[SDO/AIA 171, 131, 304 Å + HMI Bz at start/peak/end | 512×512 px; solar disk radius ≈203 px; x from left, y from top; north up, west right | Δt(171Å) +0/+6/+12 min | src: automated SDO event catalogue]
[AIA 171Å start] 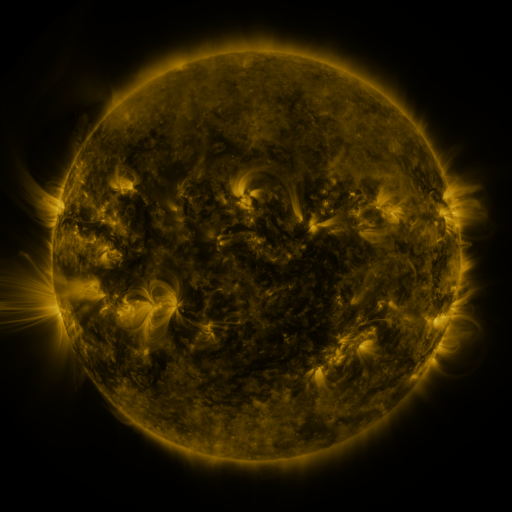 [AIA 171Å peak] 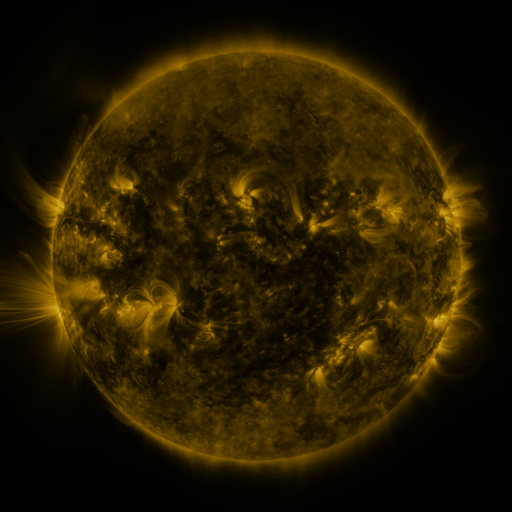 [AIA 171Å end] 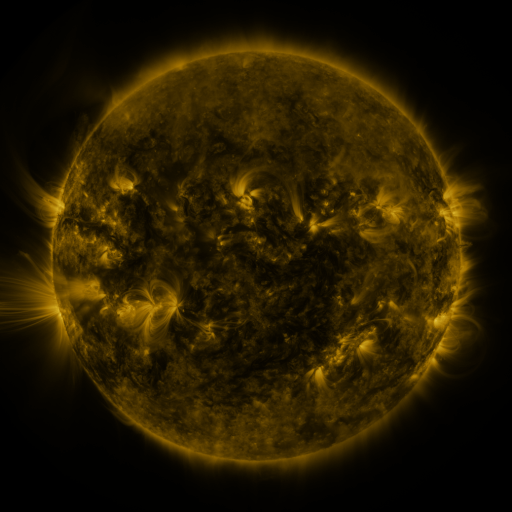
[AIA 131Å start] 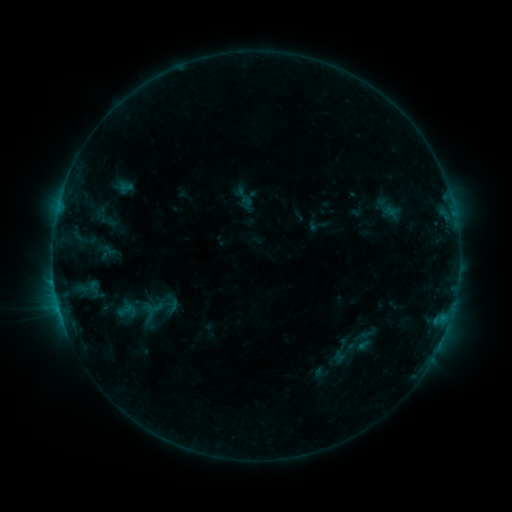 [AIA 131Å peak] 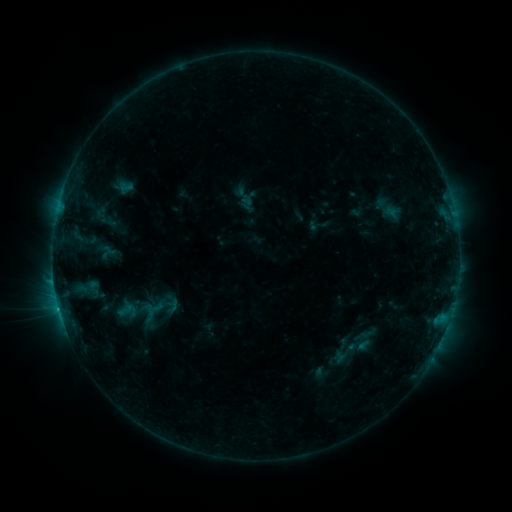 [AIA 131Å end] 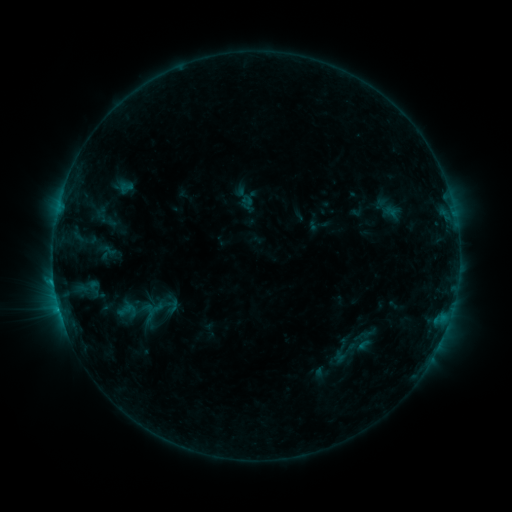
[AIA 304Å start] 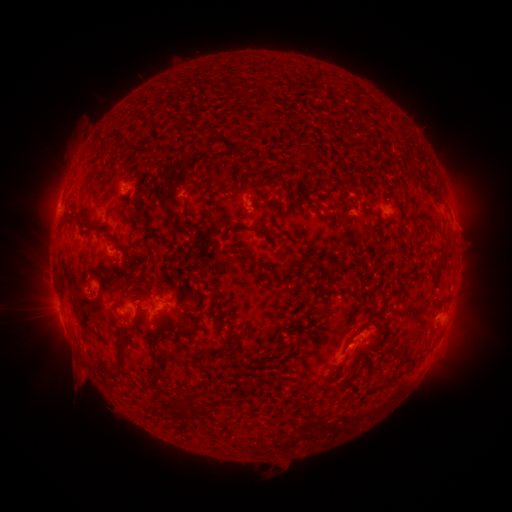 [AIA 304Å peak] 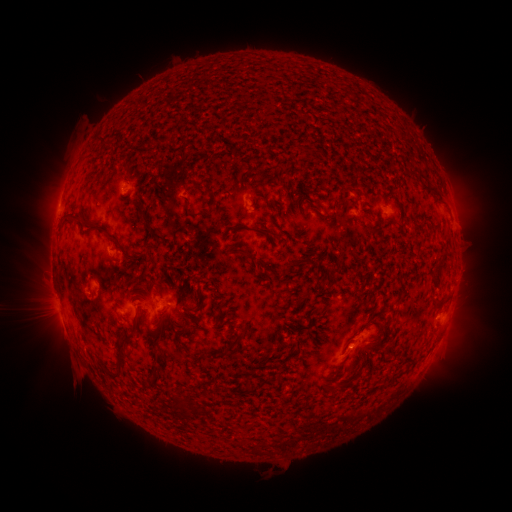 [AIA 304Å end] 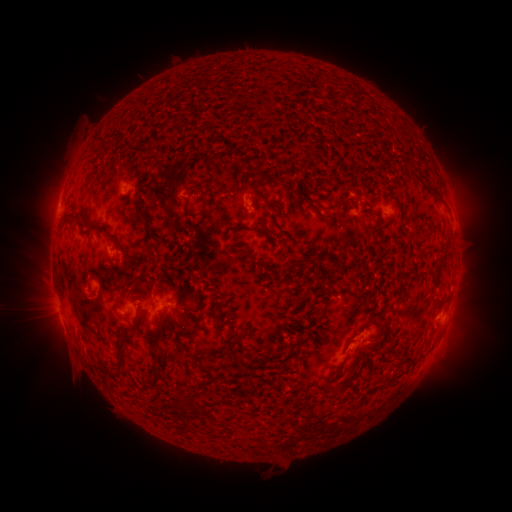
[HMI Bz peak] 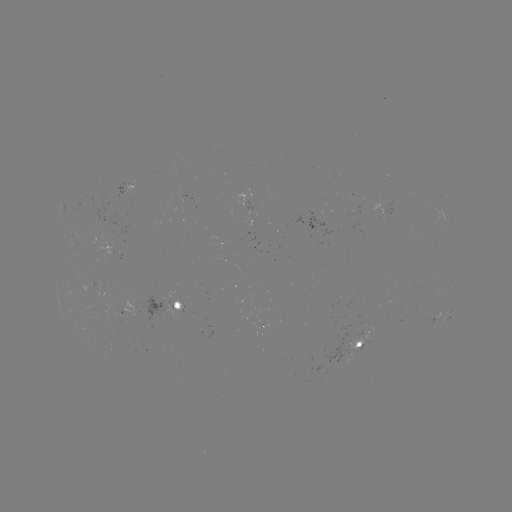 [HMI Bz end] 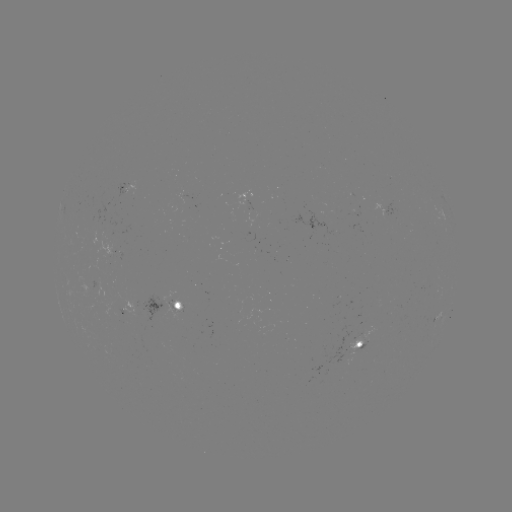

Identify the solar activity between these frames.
no catalogued flare and no flagged EUV brightening in this window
